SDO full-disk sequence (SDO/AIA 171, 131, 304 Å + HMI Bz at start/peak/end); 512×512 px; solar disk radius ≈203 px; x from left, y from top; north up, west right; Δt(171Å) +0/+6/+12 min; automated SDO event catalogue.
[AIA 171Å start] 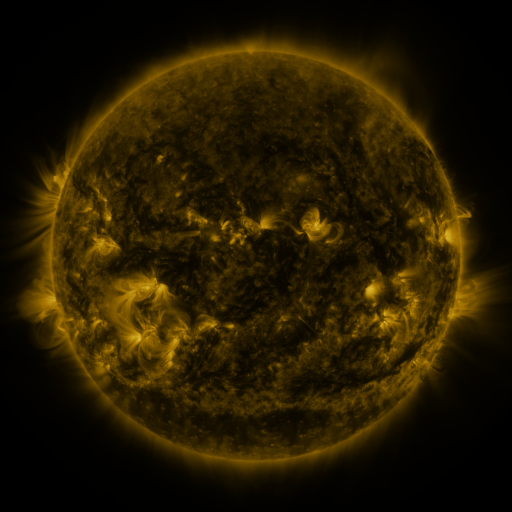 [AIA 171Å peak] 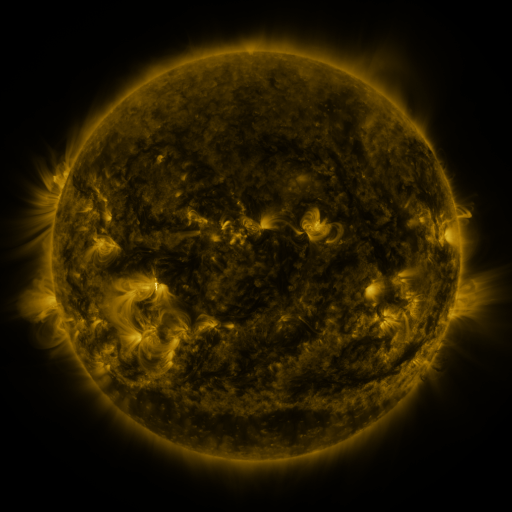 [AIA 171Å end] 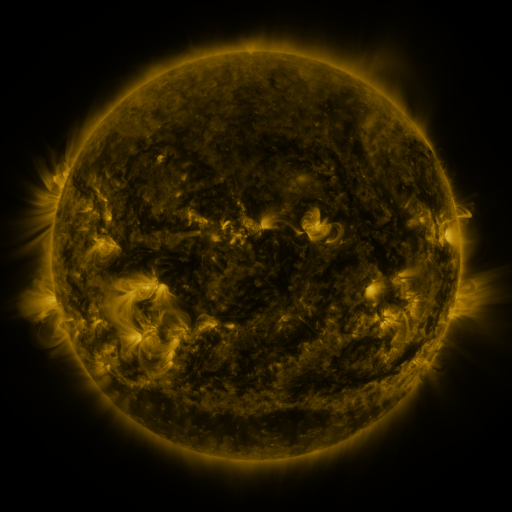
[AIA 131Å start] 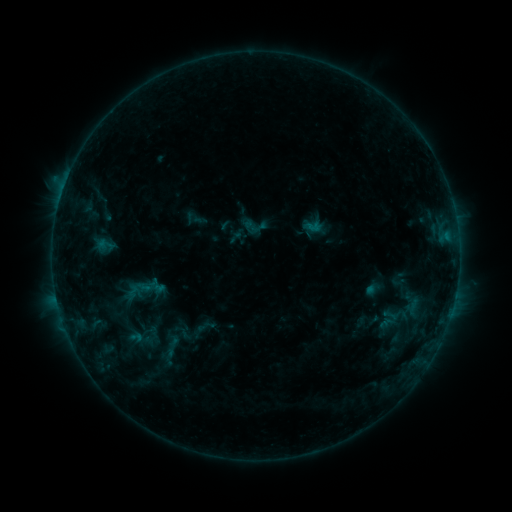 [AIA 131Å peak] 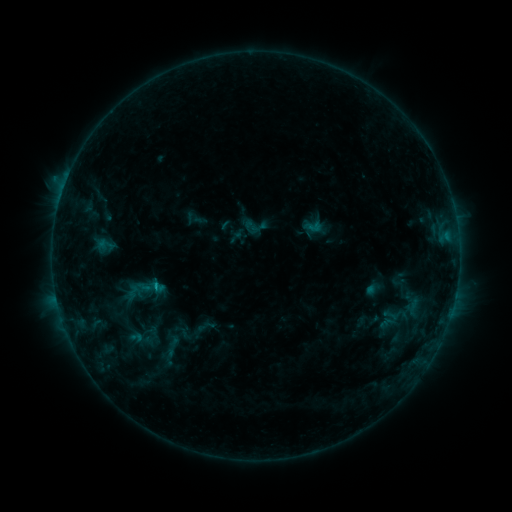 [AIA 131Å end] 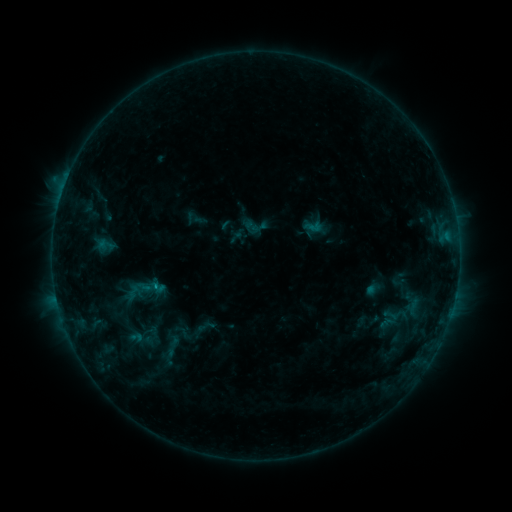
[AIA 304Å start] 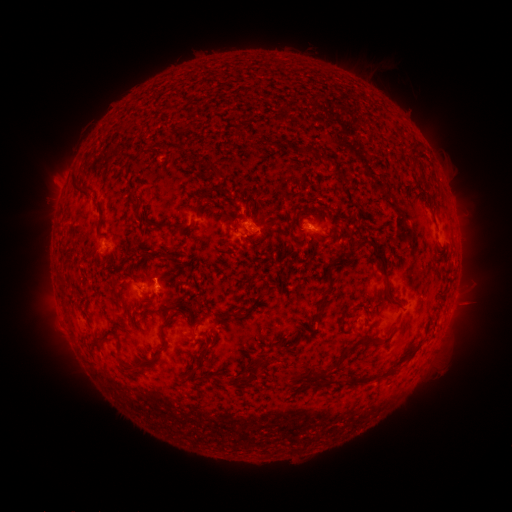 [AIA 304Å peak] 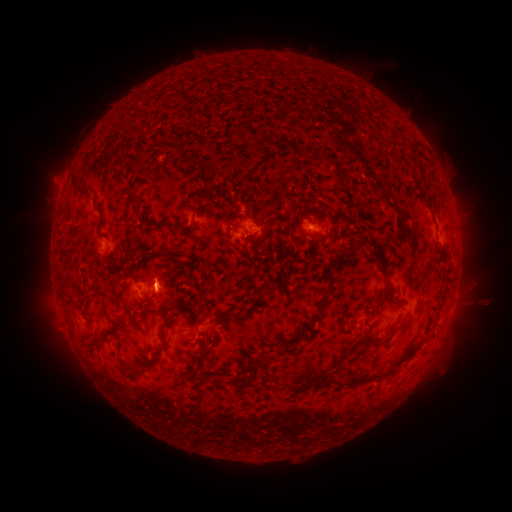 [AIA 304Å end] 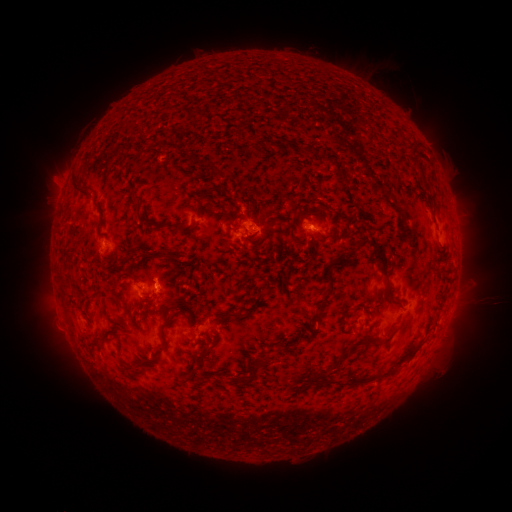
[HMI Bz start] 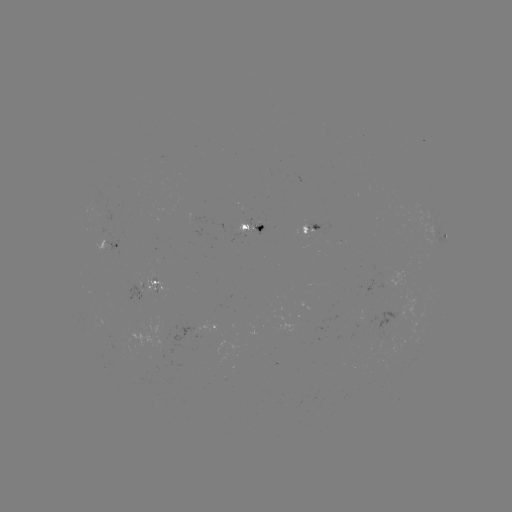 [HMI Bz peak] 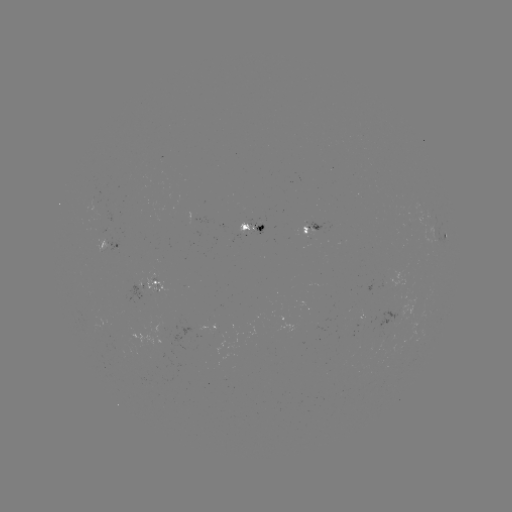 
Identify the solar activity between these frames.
B7.5 flare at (157, 283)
